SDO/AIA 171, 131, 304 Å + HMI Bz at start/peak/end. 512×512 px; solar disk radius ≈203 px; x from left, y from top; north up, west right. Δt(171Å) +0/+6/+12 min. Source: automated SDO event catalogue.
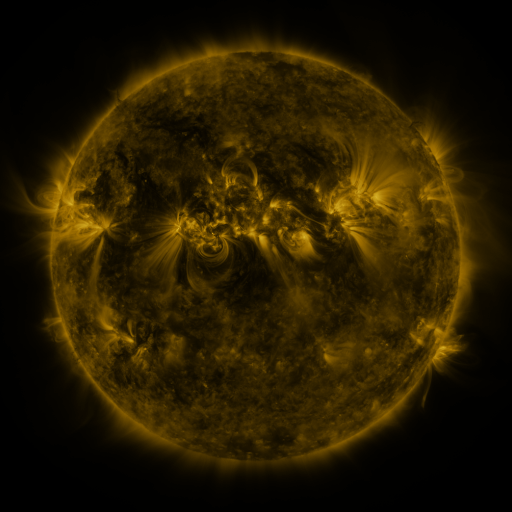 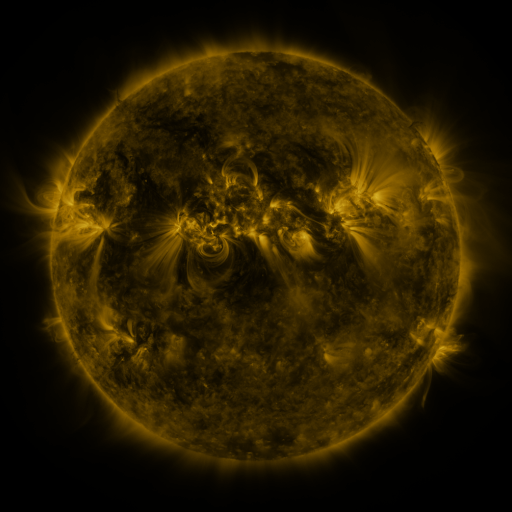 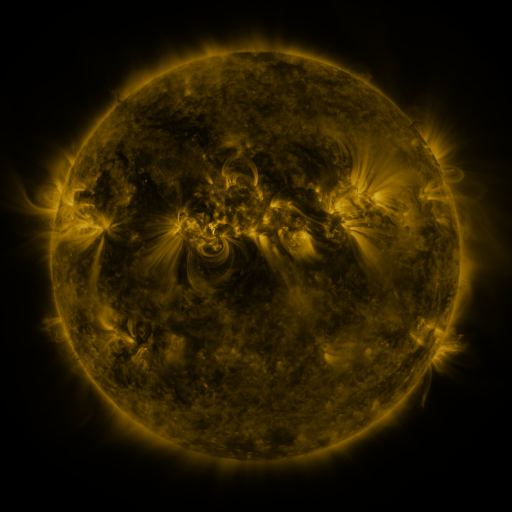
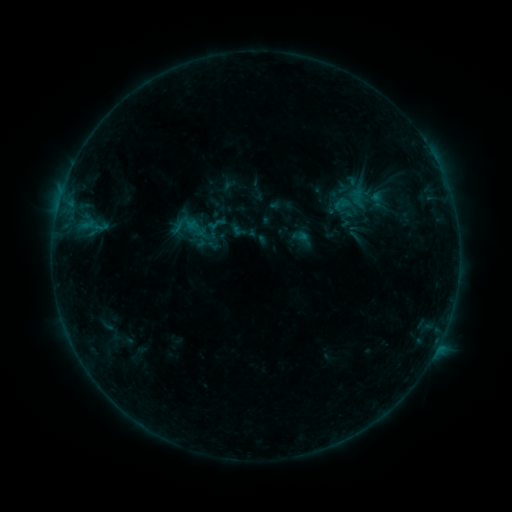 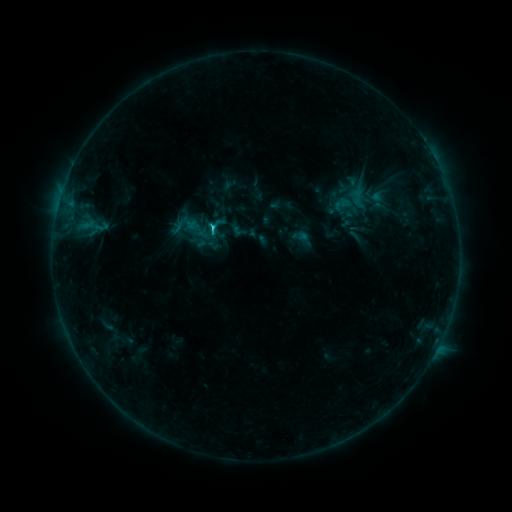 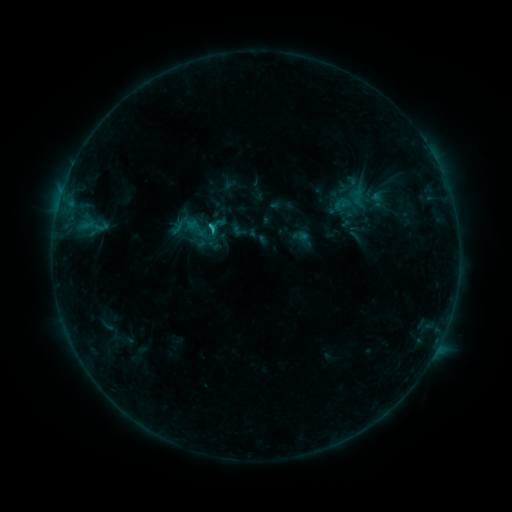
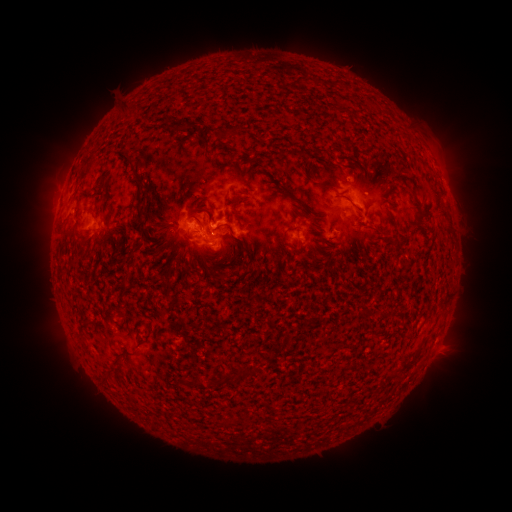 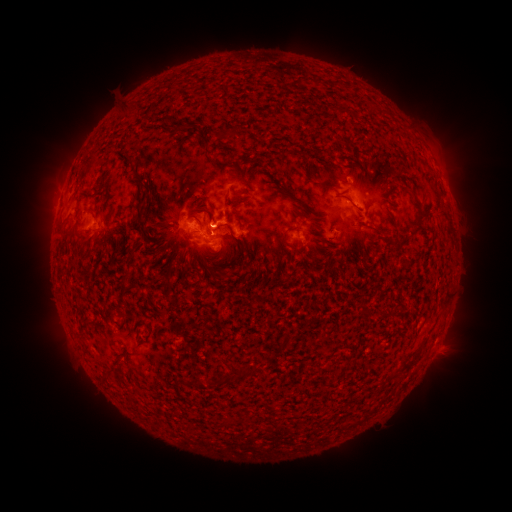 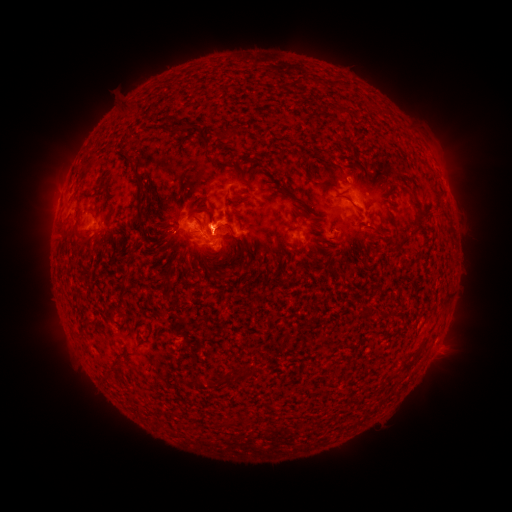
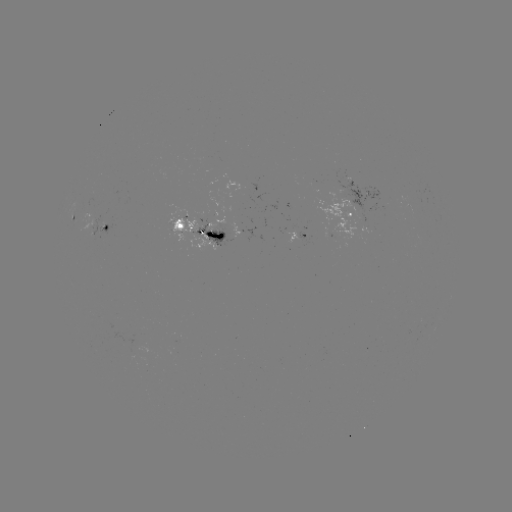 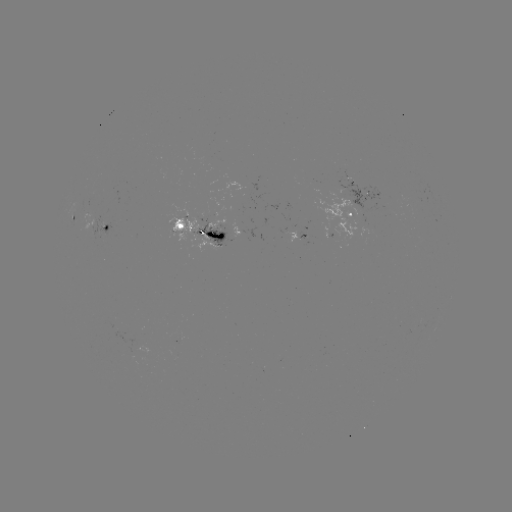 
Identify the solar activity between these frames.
C1.3 flare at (214, 230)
